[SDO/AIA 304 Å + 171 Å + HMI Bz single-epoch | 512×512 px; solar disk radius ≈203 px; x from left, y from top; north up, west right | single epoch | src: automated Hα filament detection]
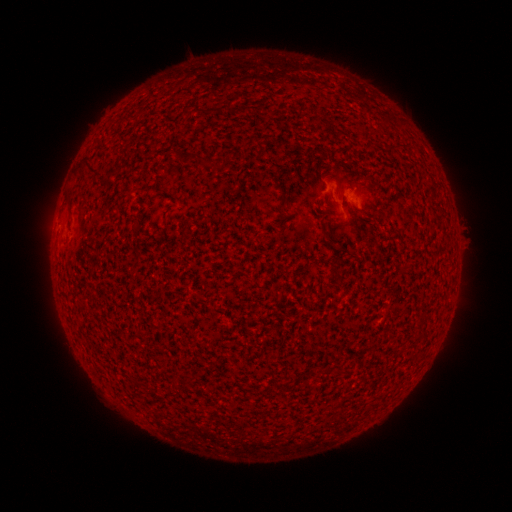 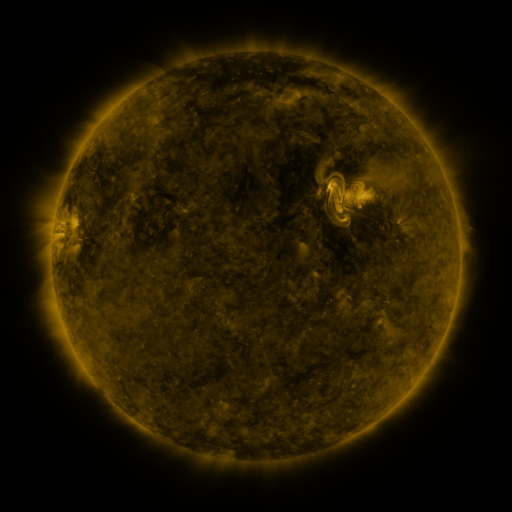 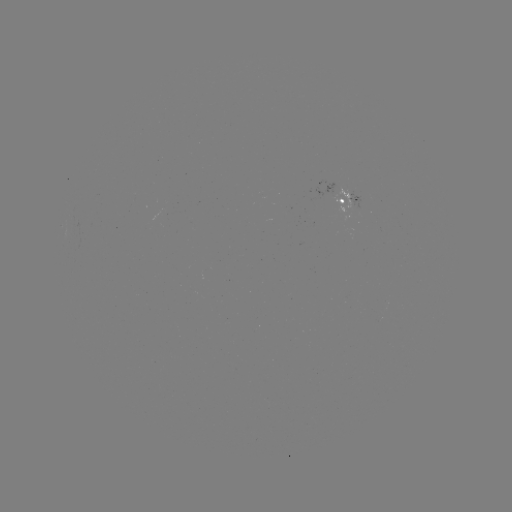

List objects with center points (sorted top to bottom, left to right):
filament: [313, 112, 321, 124]
filament: [380, 115, 393, 126]
filament: [78, 159, 98, 176]
